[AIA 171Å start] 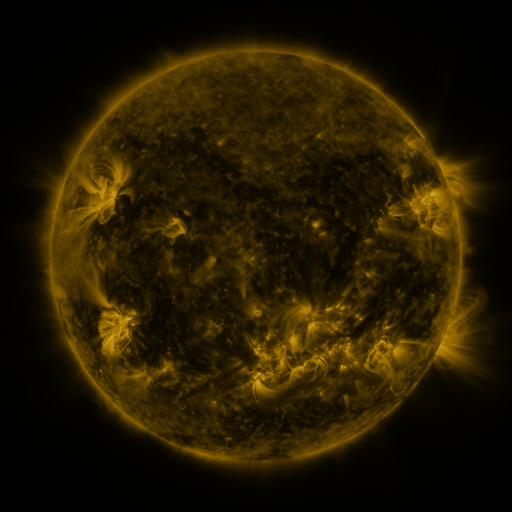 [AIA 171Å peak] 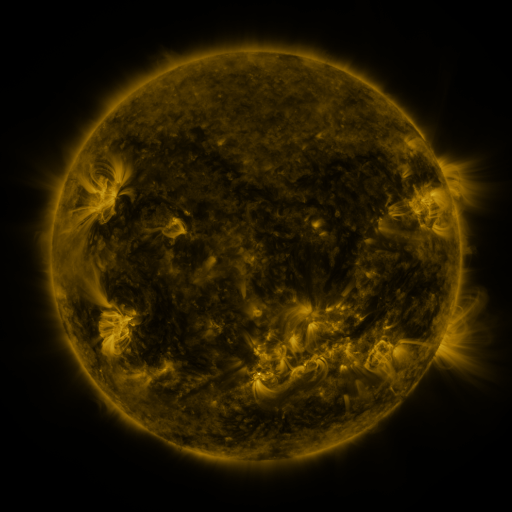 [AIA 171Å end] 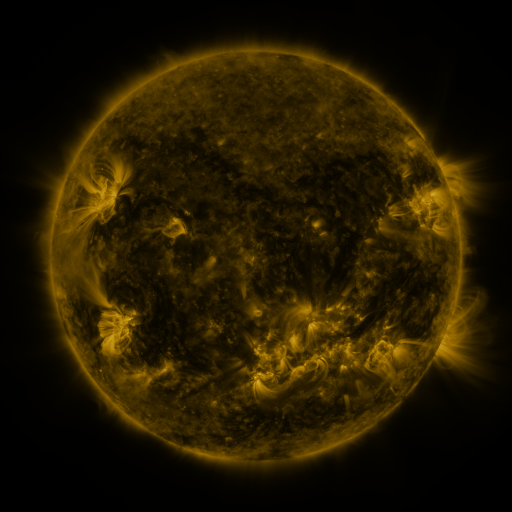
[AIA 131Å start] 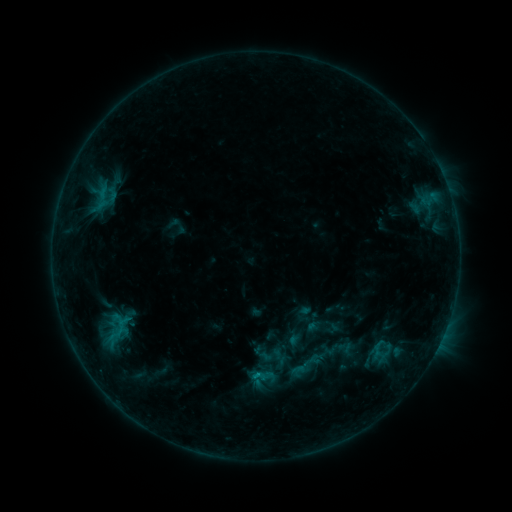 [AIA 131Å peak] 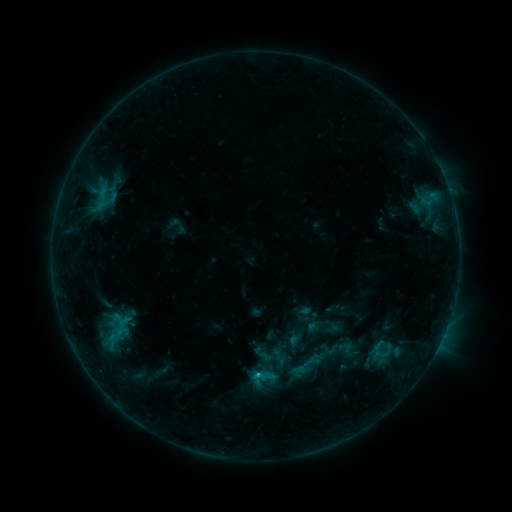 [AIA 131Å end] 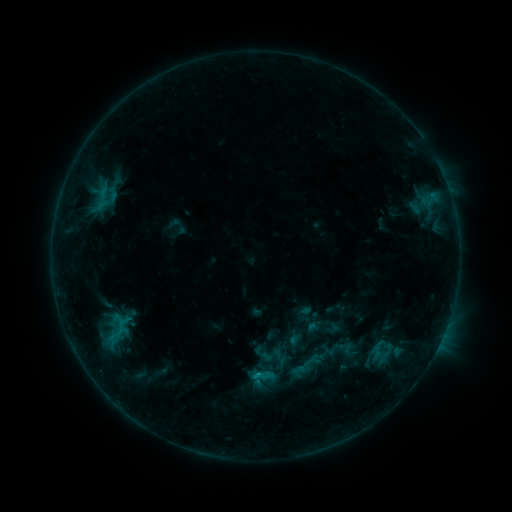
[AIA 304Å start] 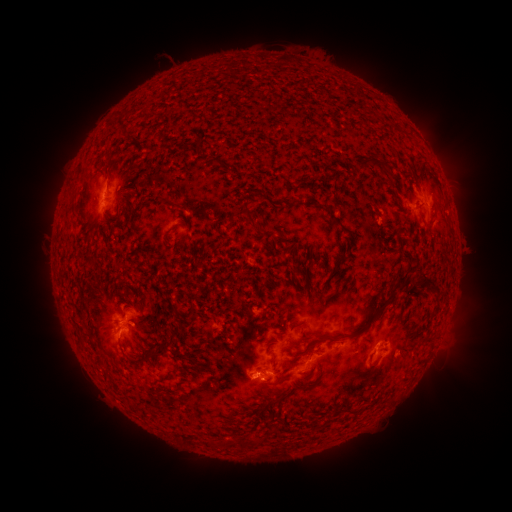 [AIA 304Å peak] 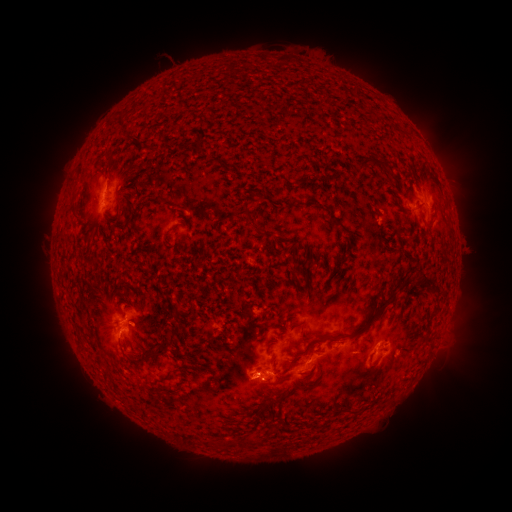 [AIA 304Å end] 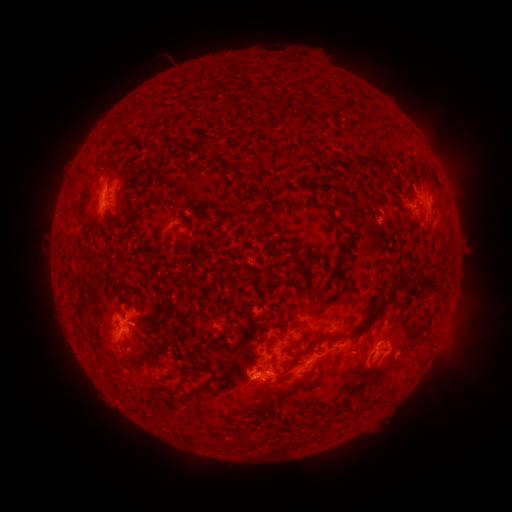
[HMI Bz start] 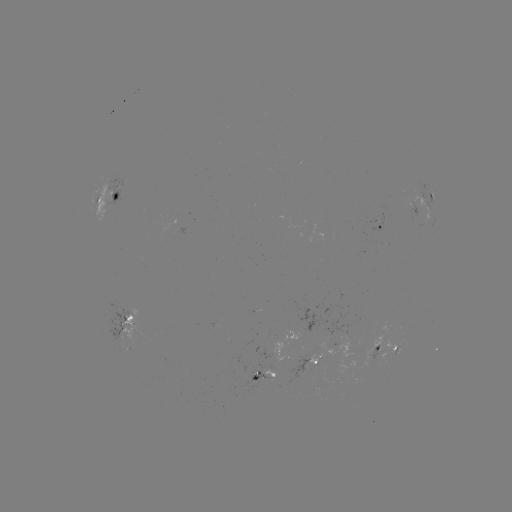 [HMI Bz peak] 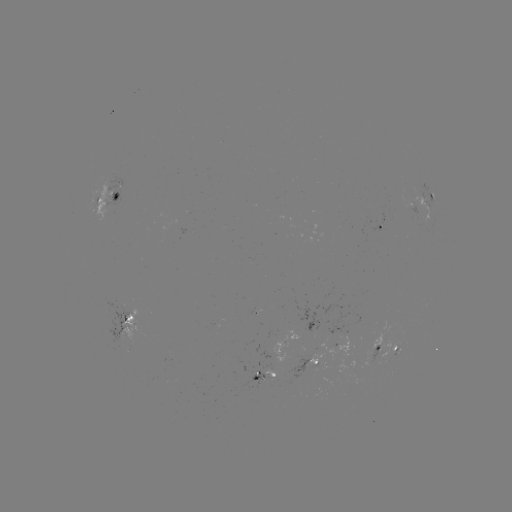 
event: flare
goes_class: C1.1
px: (256, 374)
